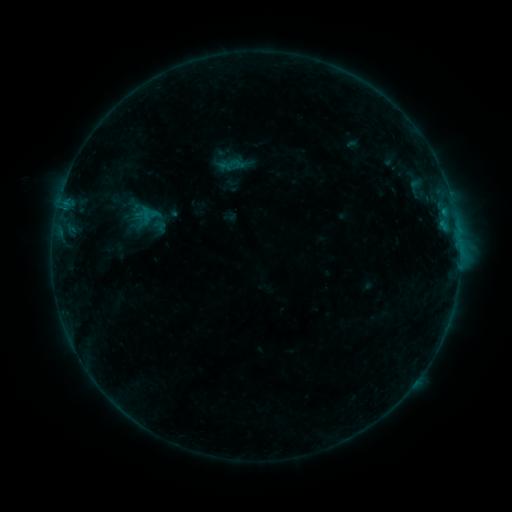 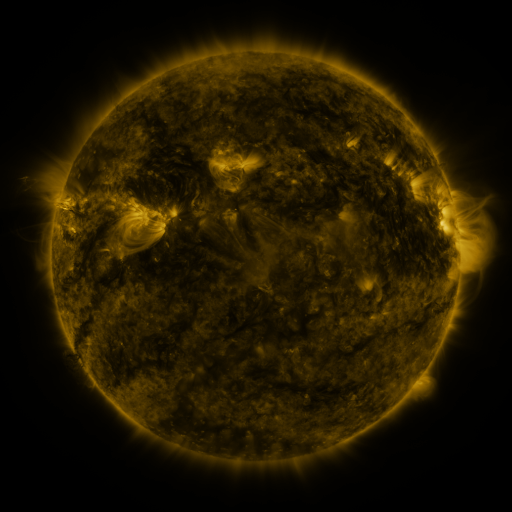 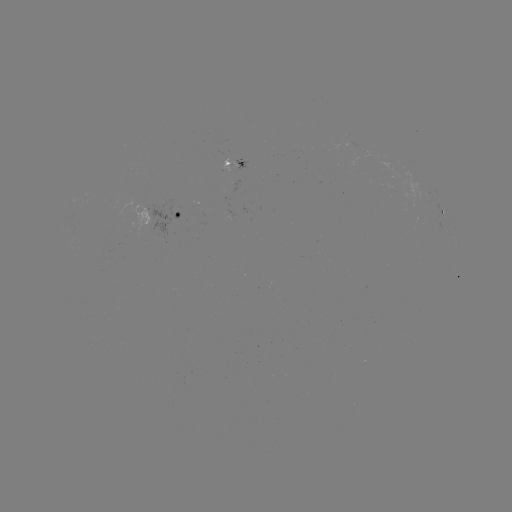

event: sigmoid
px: (160, 226)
